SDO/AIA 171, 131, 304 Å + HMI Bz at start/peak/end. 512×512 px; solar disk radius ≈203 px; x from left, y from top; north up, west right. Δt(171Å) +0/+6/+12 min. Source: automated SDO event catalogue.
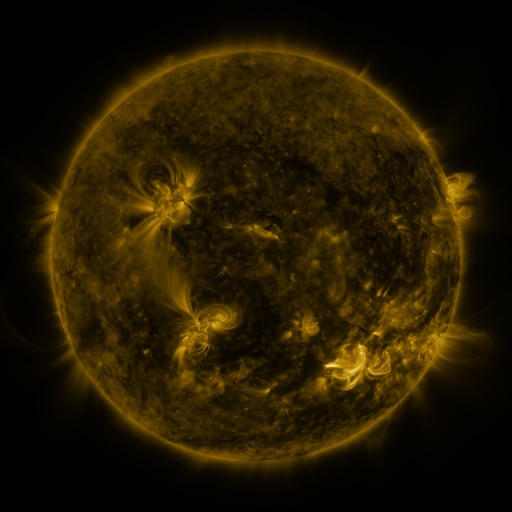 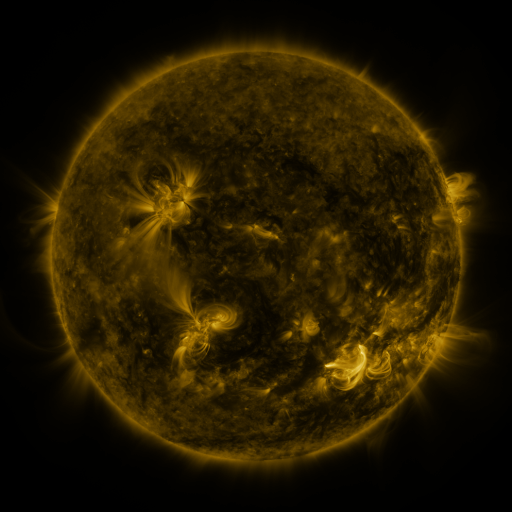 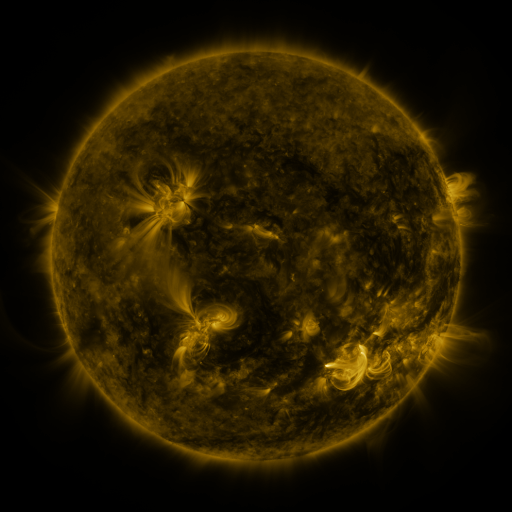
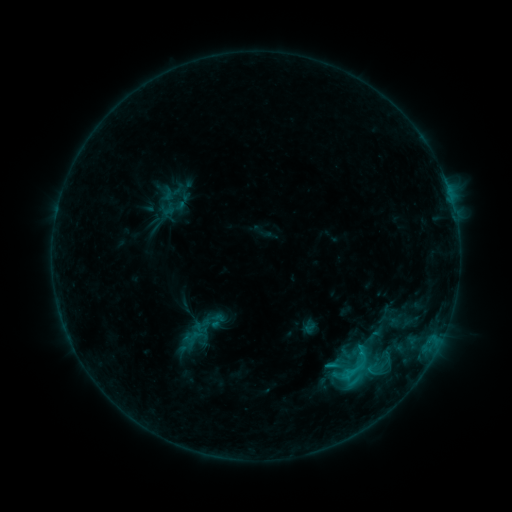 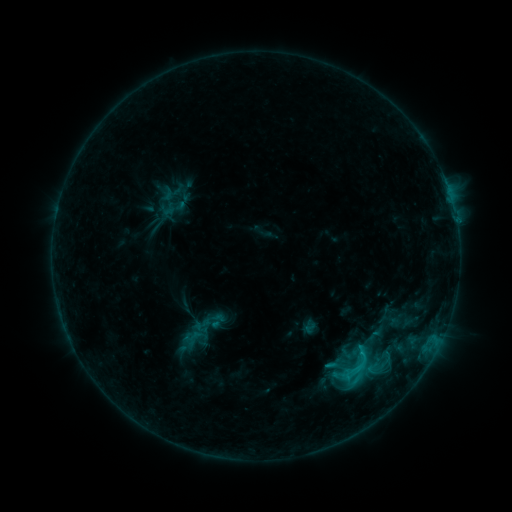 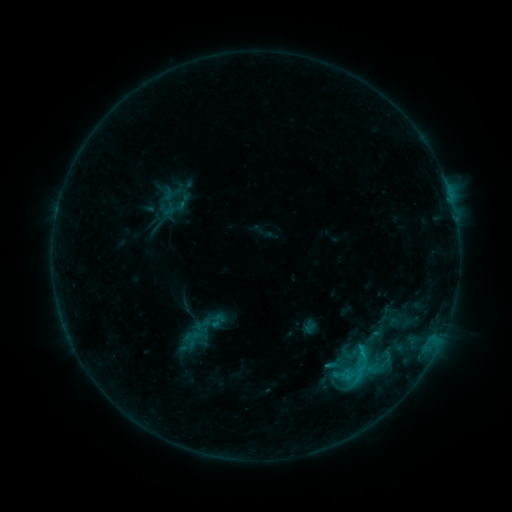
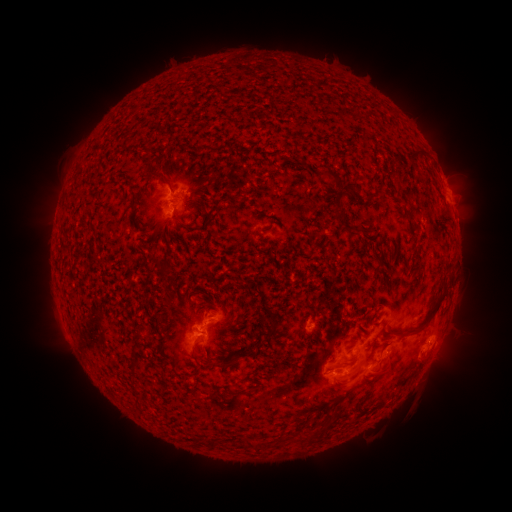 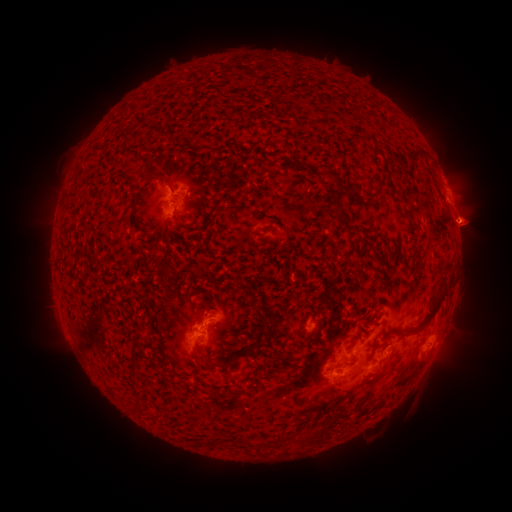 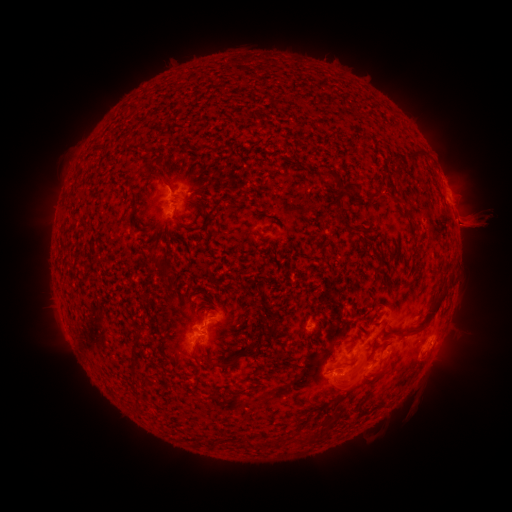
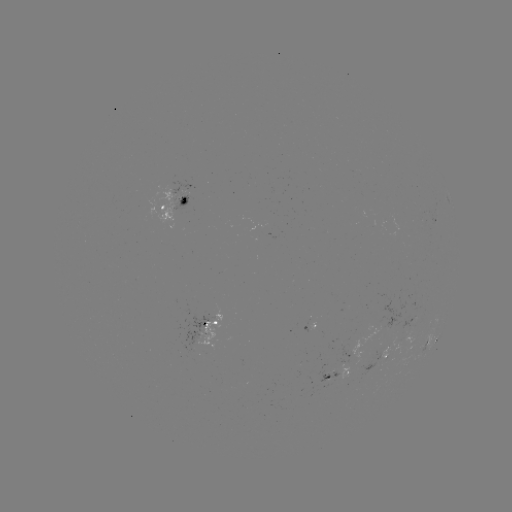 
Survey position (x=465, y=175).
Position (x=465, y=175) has eruption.